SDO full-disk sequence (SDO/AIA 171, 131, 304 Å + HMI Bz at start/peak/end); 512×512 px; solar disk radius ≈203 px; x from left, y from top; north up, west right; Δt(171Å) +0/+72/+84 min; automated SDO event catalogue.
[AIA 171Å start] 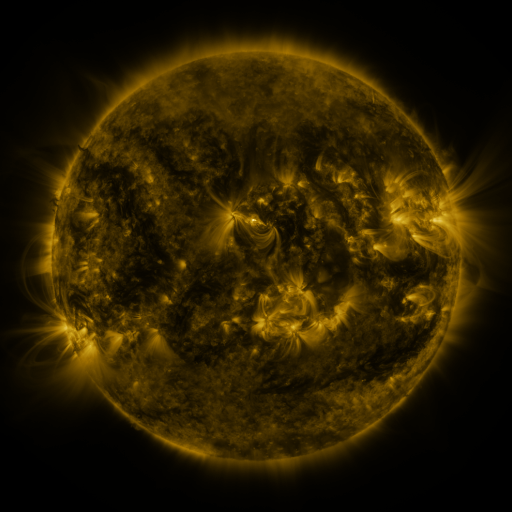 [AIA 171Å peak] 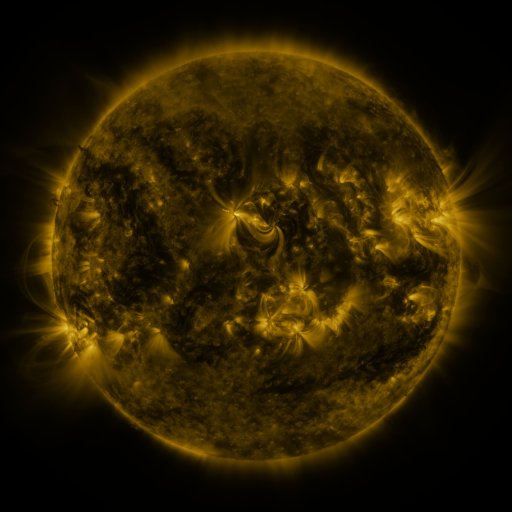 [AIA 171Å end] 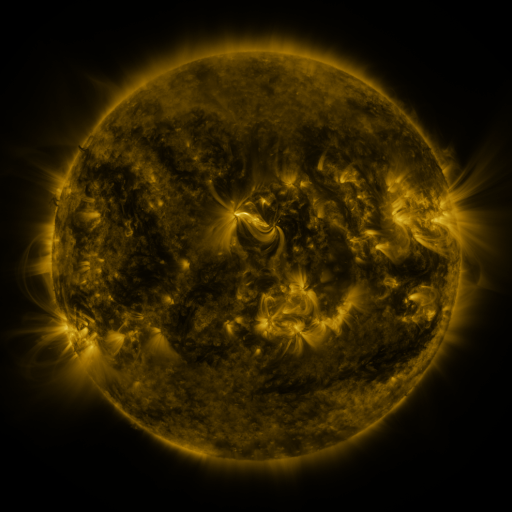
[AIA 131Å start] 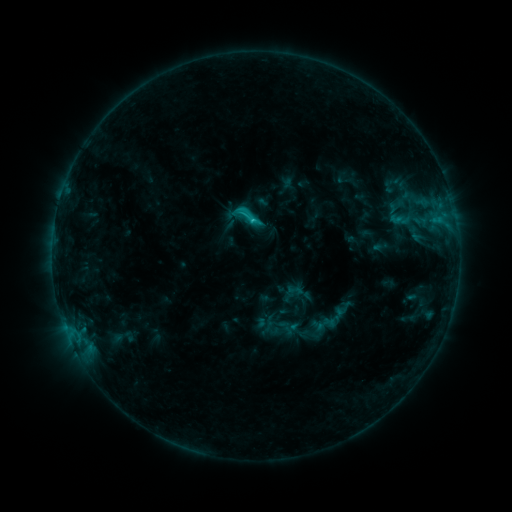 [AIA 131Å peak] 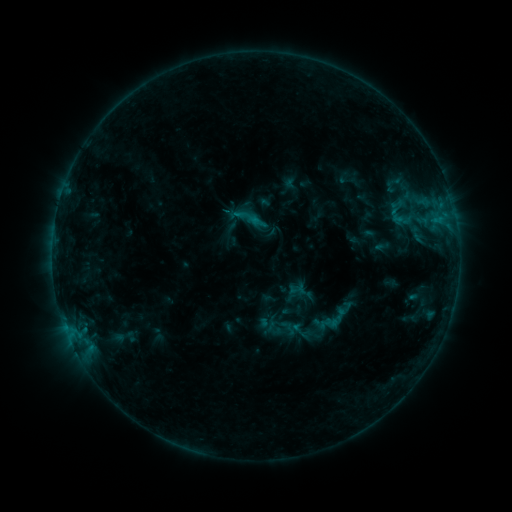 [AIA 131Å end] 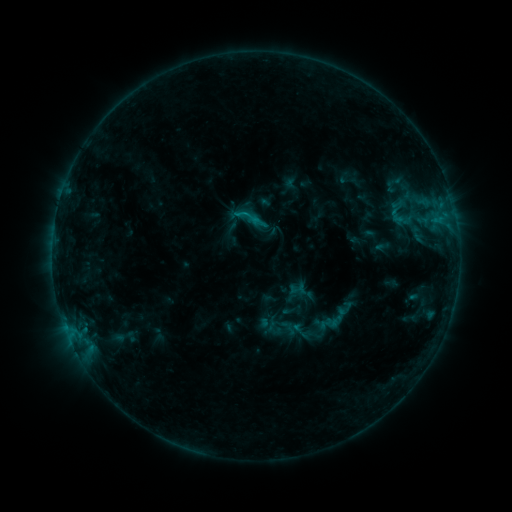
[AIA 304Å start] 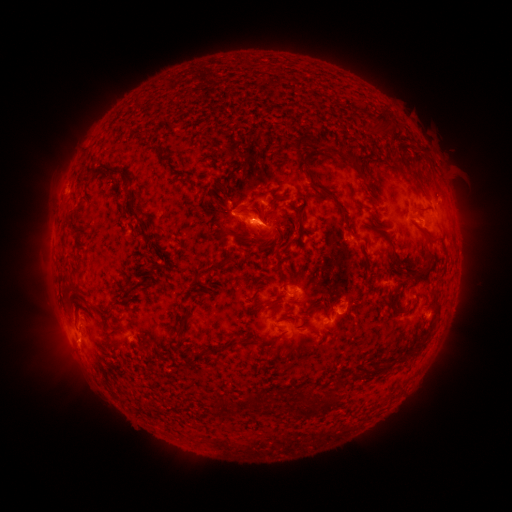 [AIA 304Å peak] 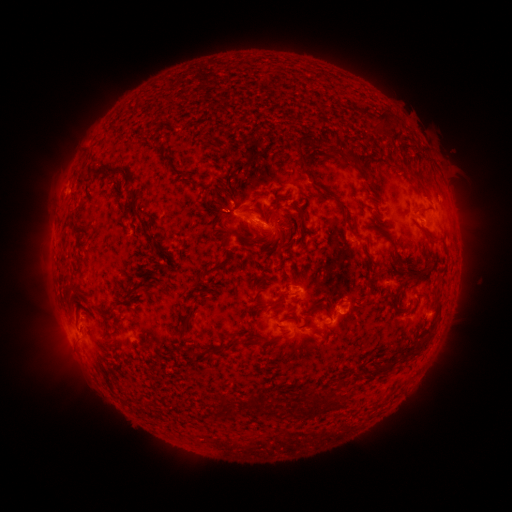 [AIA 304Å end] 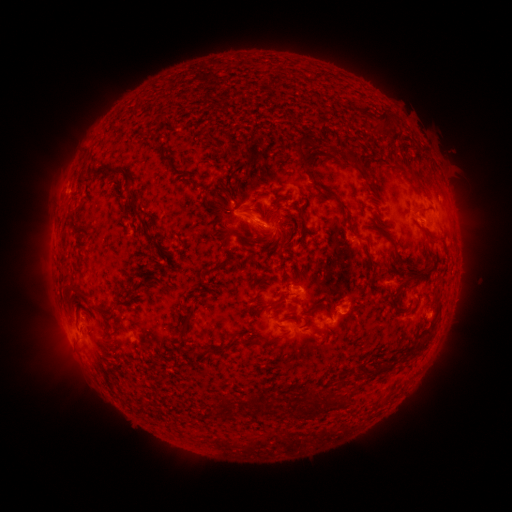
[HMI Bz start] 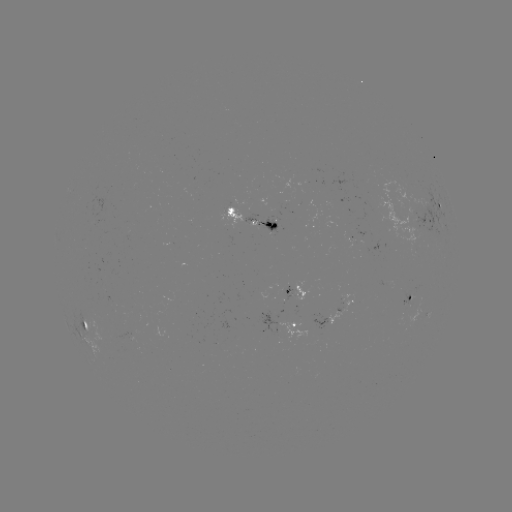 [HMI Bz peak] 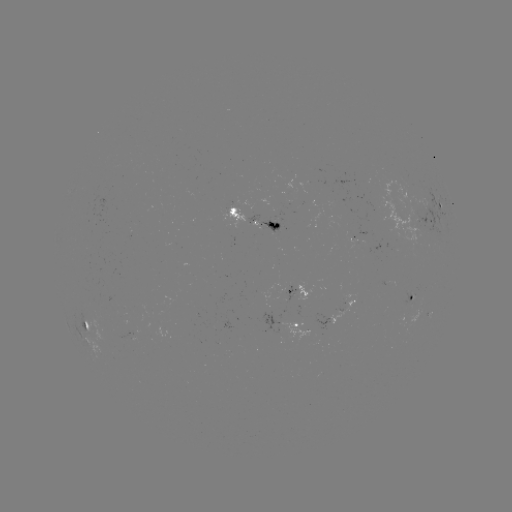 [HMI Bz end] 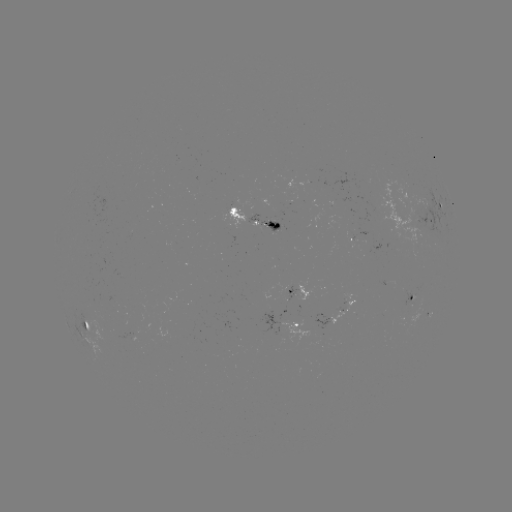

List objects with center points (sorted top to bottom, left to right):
emerging-flux region: (266, 223)
